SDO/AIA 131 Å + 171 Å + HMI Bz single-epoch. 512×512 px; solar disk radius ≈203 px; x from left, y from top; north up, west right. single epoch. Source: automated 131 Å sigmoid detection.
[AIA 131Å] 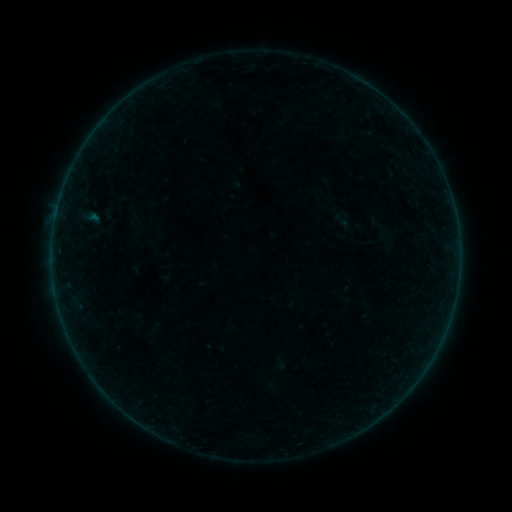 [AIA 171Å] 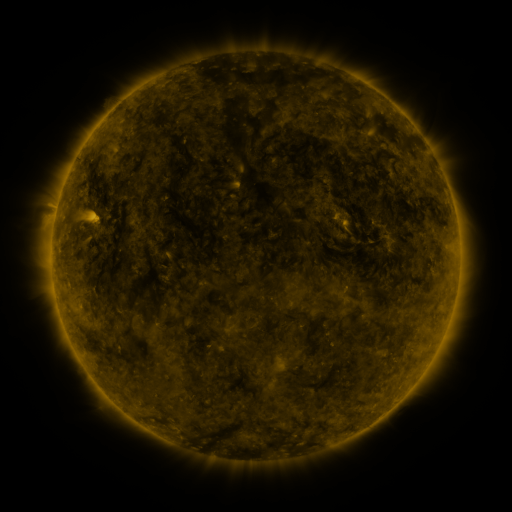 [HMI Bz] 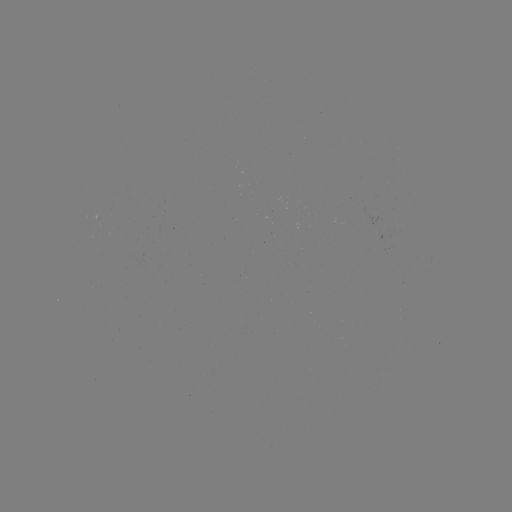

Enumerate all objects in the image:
sigmoid: <bbox>329, 210, 356, 232</bbox>
